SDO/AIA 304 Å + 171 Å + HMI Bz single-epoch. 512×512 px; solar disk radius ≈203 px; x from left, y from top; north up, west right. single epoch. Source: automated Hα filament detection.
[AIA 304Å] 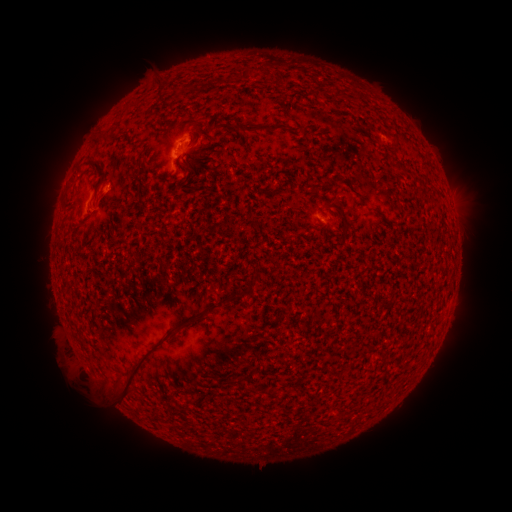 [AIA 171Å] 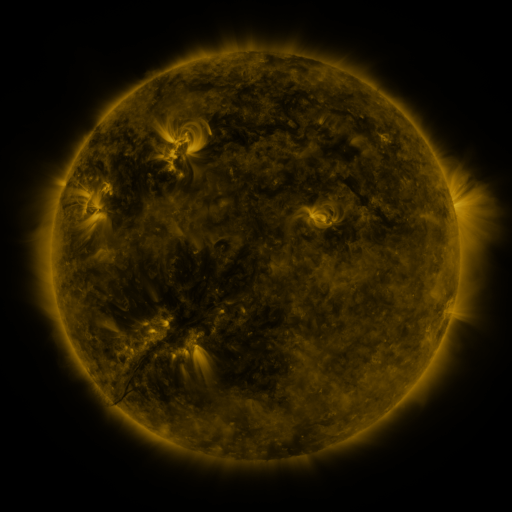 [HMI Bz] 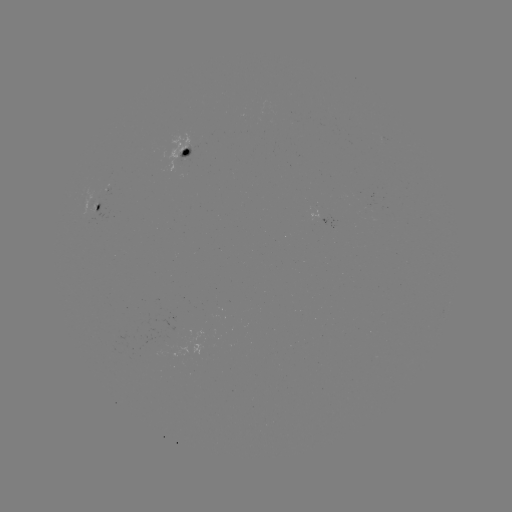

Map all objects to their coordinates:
filament: (243, 65, 258, 80)
filament: (240, 124, 263, 133)
filament: (94, 133, 106, 144)
filament: (92, 159, 107, 185)
filament: (376, 211, 386, 221)
filament: (341, 219, 349, 232)
filament: (224, 293, 239, 301)
filament: (177, 315, 206, 329)
filament: (110, 338, 164, 399)
filament: (267, 389, 275, 398)
